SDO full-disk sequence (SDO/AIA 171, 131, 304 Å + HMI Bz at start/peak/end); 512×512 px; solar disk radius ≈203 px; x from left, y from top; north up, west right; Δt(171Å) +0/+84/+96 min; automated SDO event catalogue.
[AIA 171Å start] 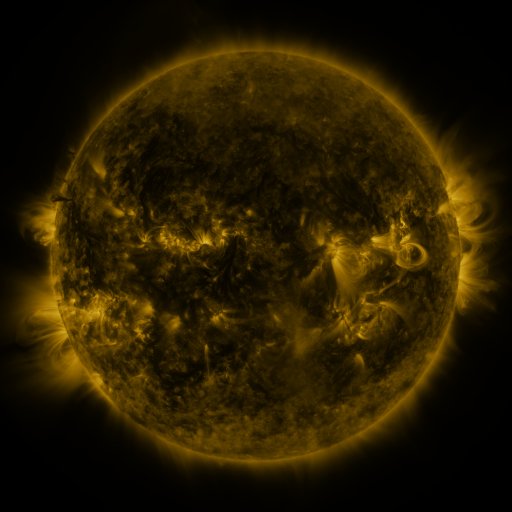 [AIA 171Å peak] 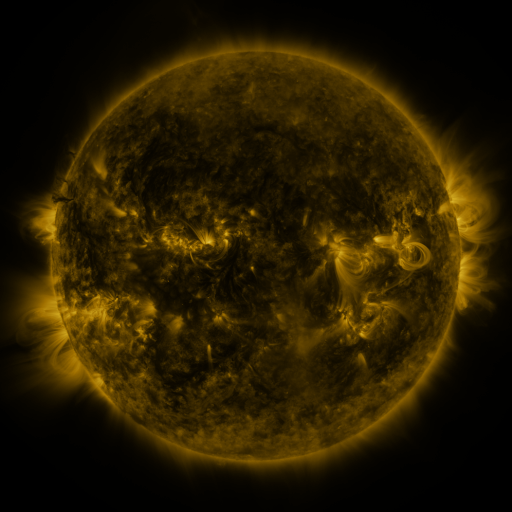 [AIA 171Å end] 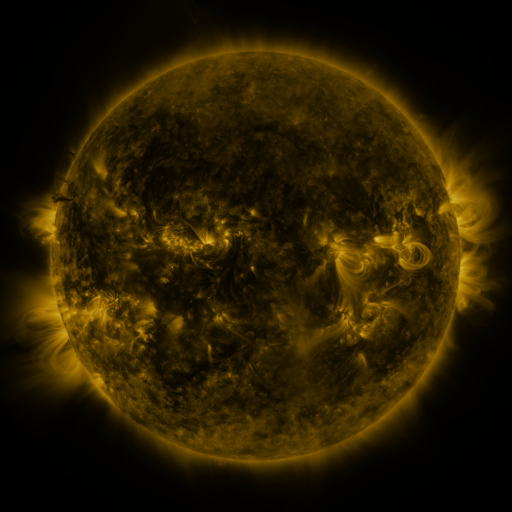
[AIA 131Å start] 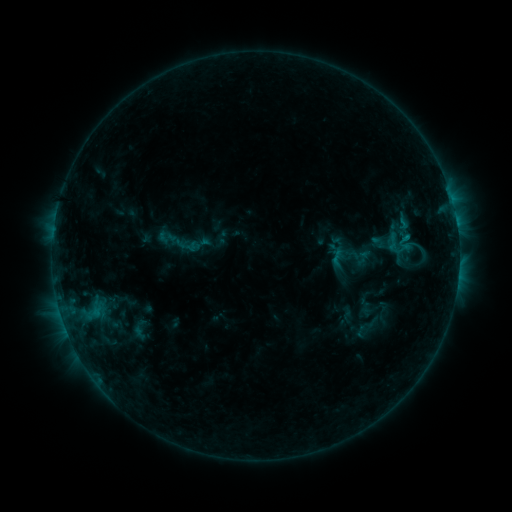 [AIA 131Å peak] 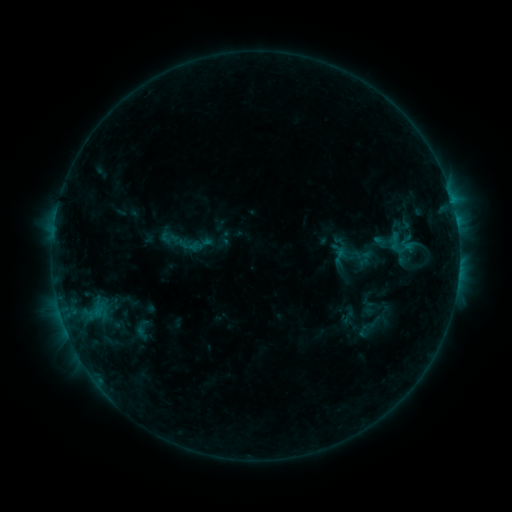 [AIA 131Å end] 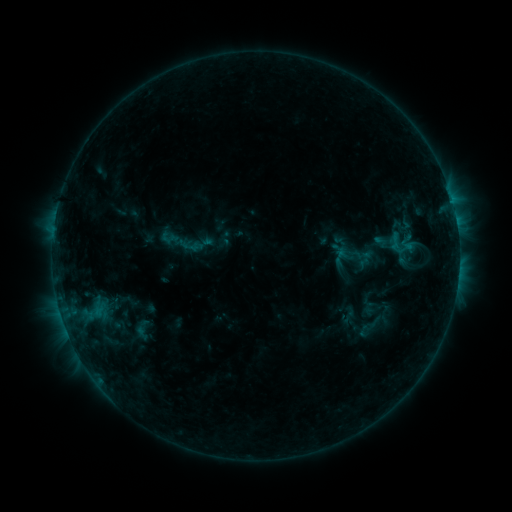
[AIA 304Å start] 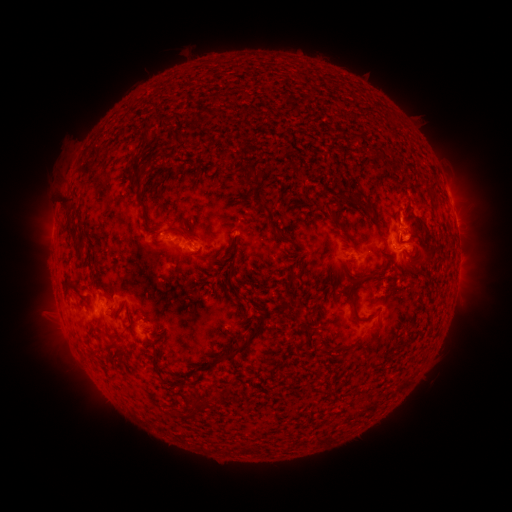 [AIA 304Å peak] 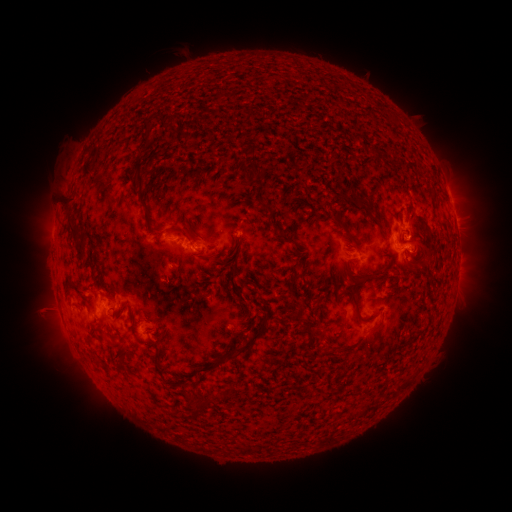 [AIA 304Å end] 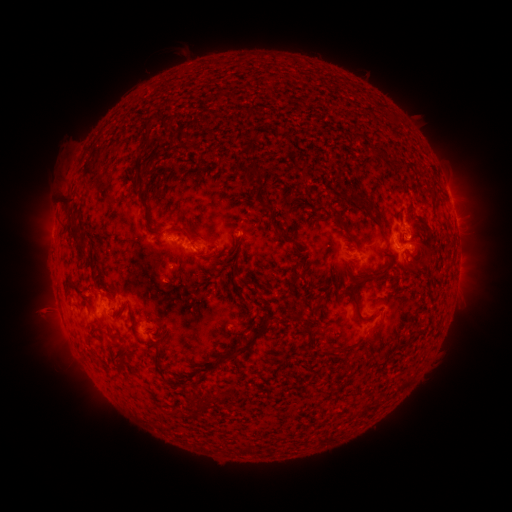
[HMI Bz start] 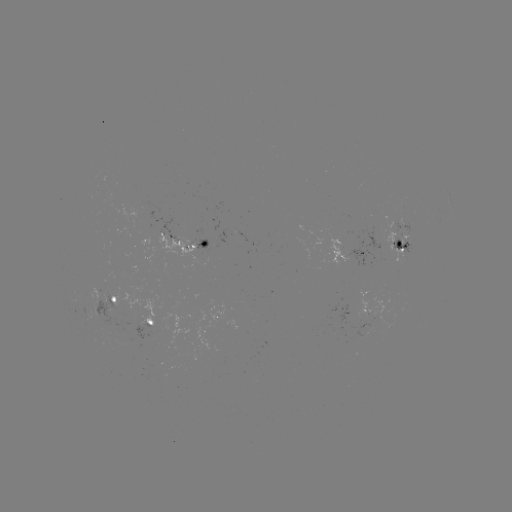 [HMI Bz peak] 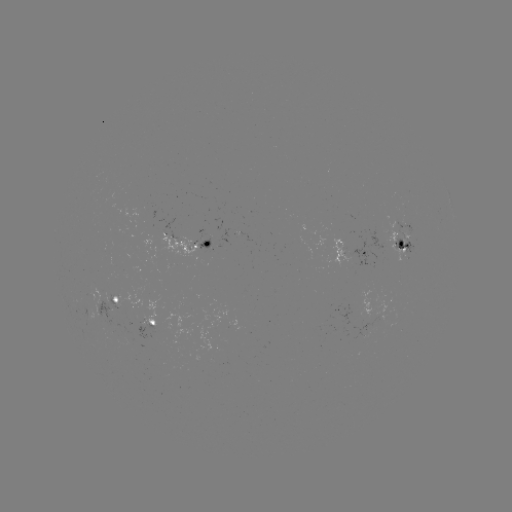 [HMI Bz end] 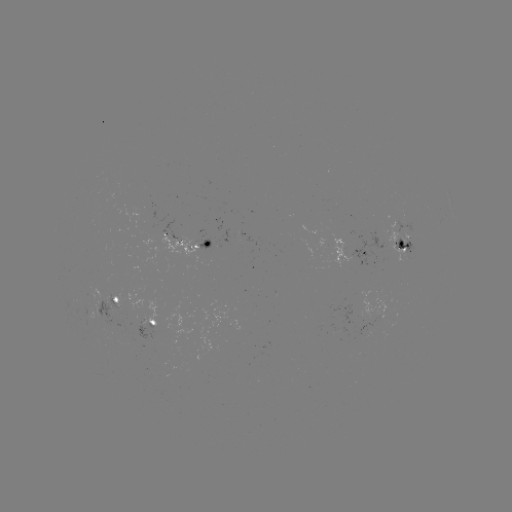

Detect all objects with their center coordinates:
emerging-flux region: (377, 244)
